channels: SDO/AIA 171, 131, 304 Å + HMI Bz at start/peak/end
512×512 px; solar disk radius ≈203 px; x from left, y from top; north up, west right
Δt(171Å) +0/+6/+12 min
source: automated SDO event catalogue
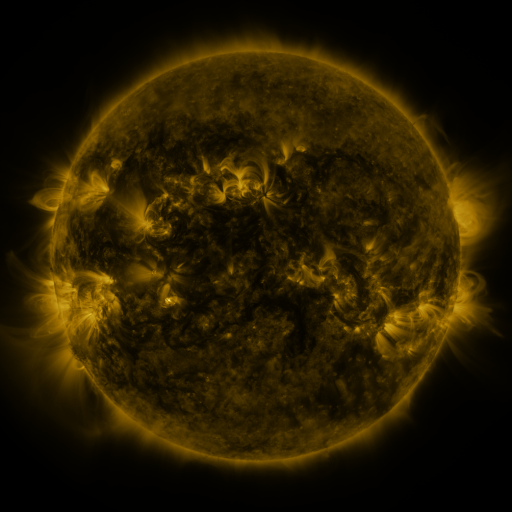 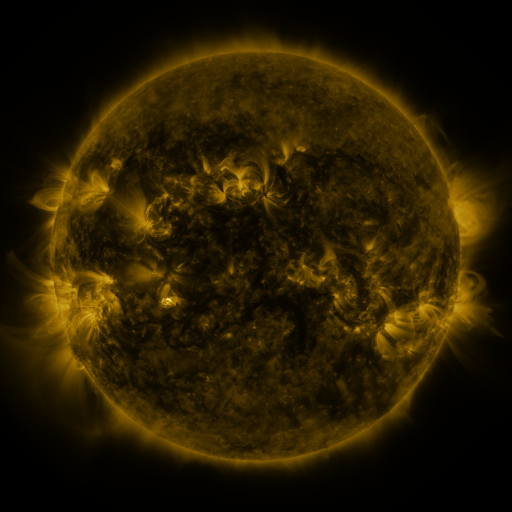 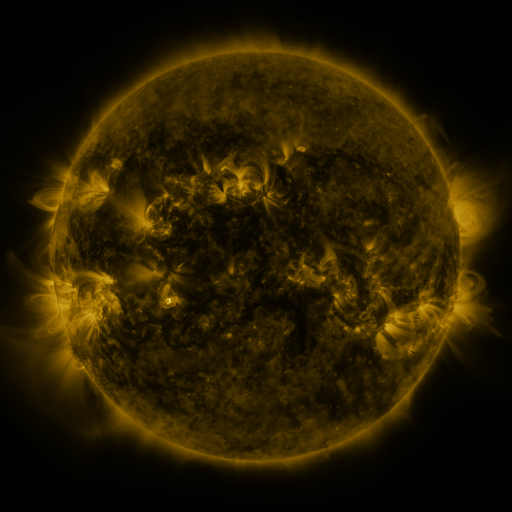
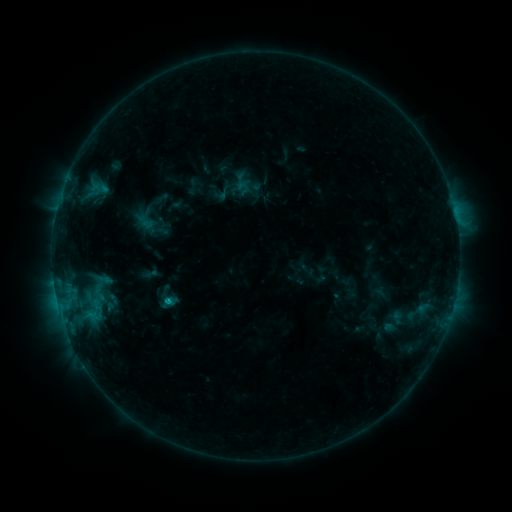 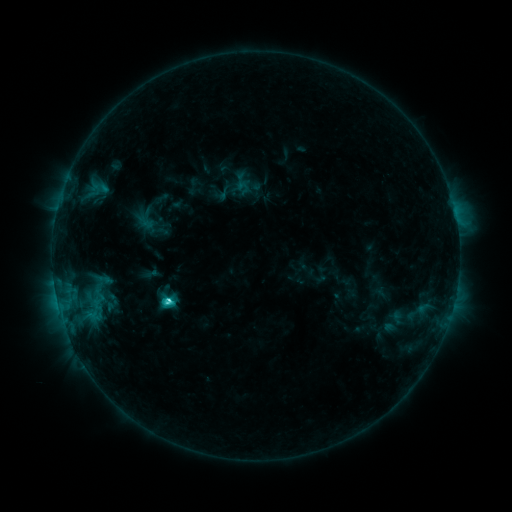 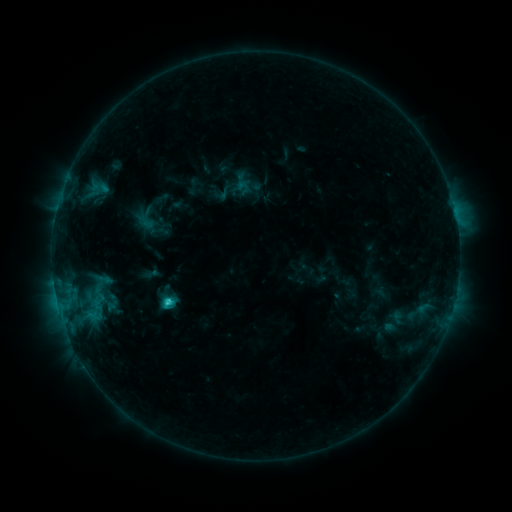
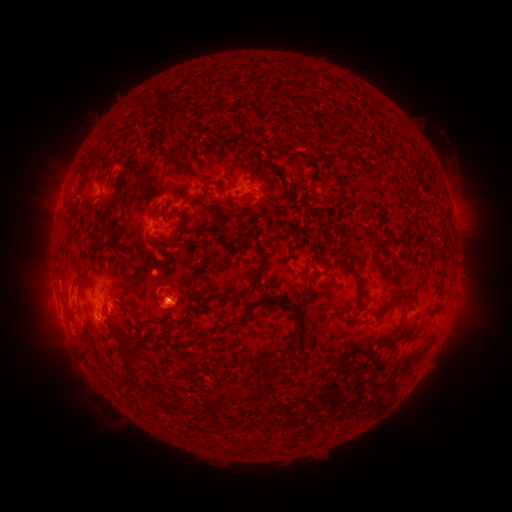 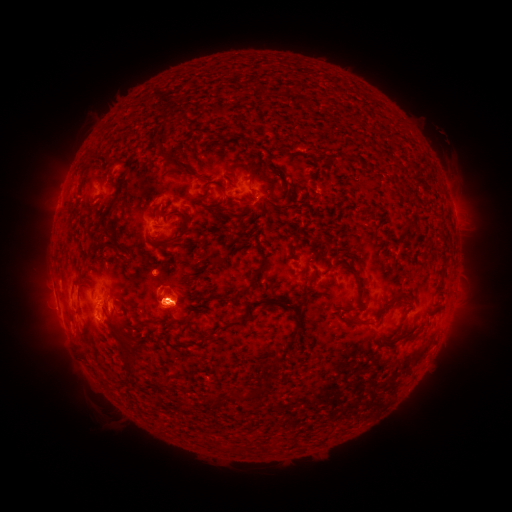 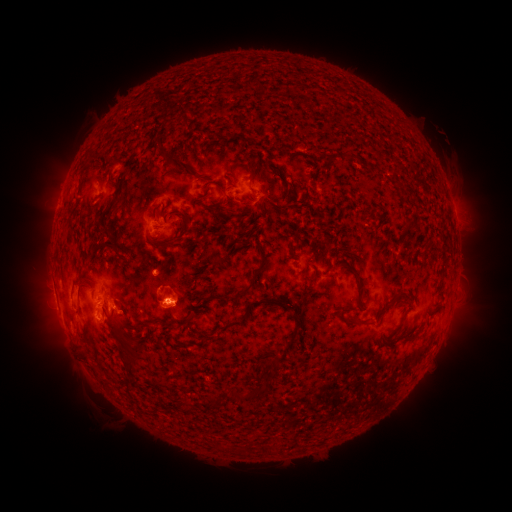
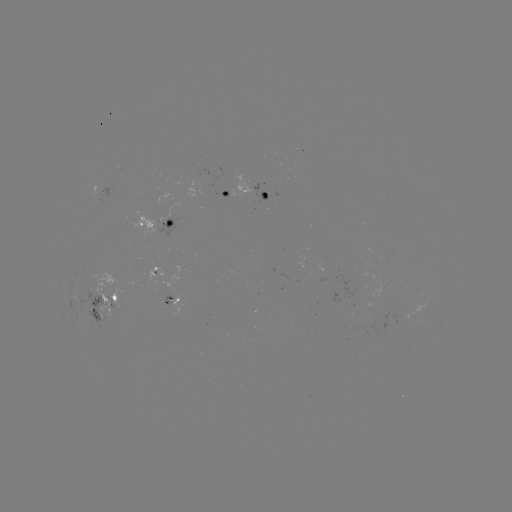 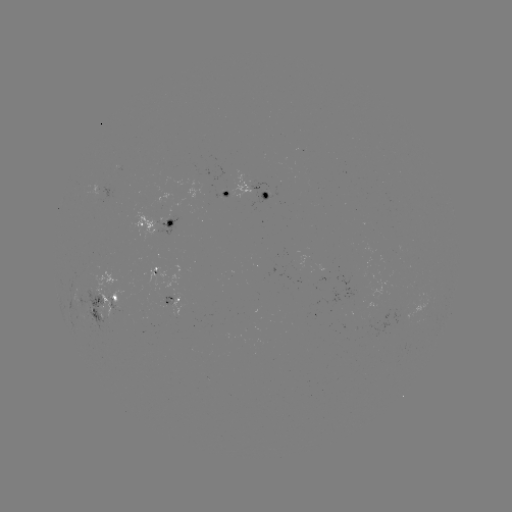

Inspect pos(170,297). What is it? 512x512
C3.0 flare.